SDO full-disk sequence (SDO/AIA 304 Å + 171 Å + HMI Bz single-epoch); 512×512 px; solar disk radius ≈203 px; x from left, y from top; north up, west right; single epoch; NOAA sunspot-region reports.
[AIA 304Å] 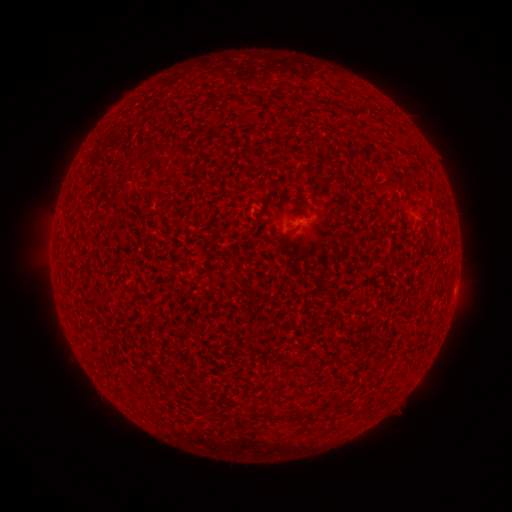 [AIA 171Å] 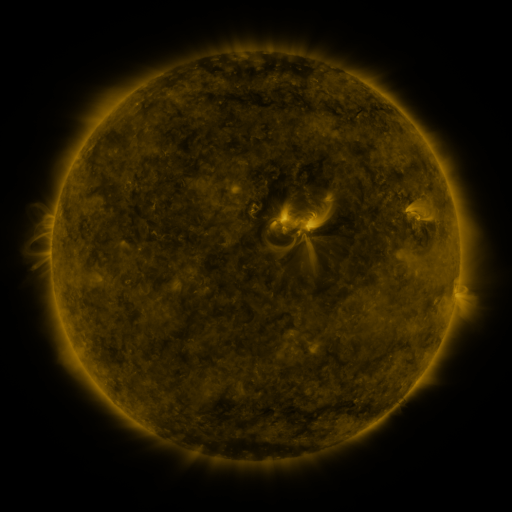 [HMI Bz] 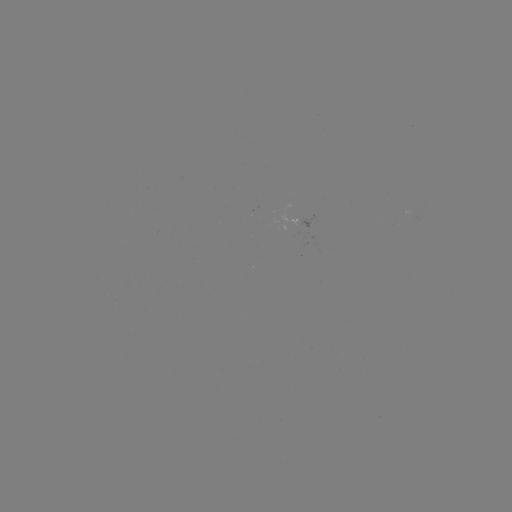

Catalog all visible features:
(none)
